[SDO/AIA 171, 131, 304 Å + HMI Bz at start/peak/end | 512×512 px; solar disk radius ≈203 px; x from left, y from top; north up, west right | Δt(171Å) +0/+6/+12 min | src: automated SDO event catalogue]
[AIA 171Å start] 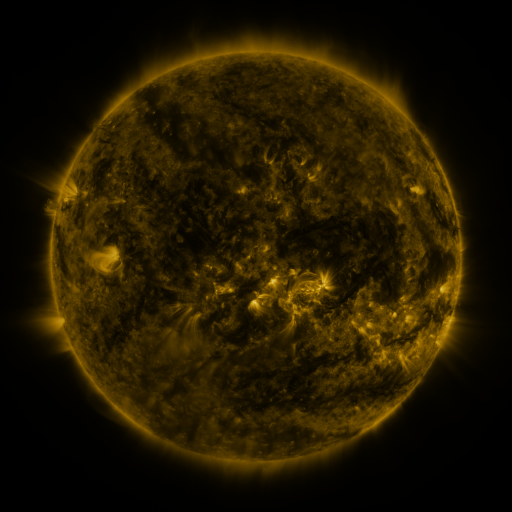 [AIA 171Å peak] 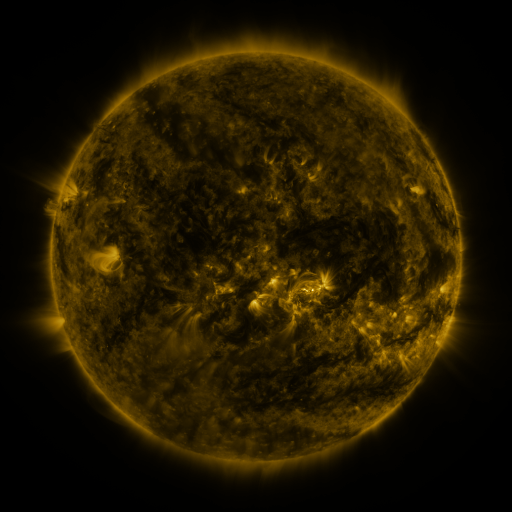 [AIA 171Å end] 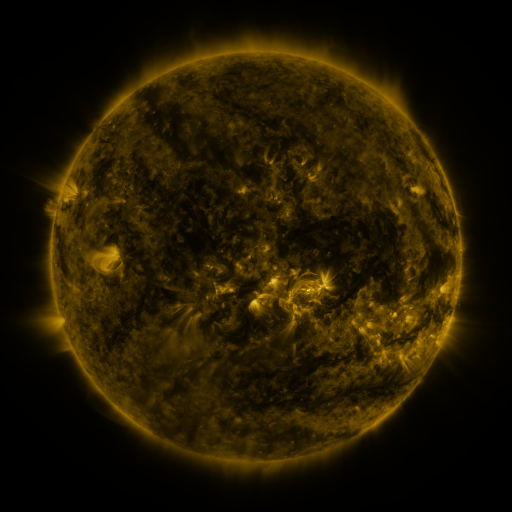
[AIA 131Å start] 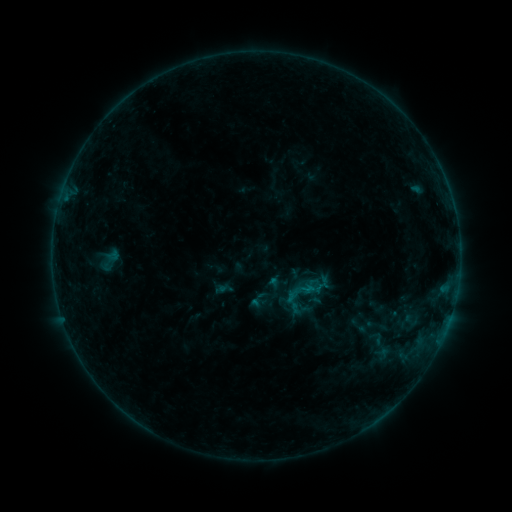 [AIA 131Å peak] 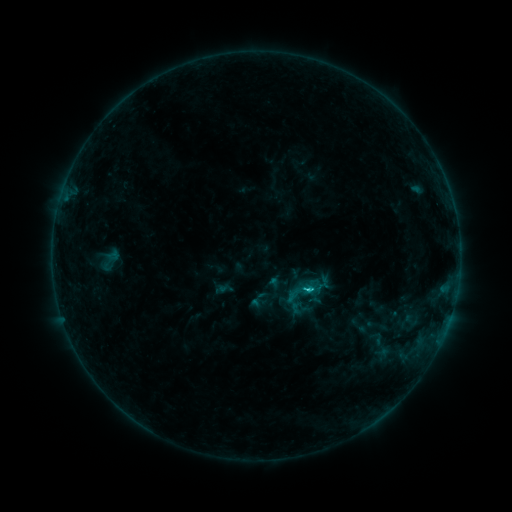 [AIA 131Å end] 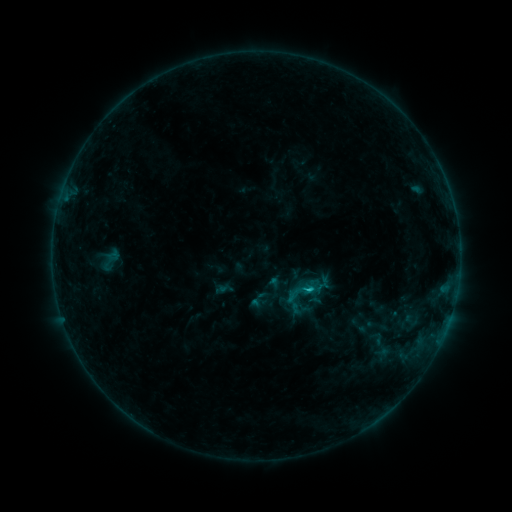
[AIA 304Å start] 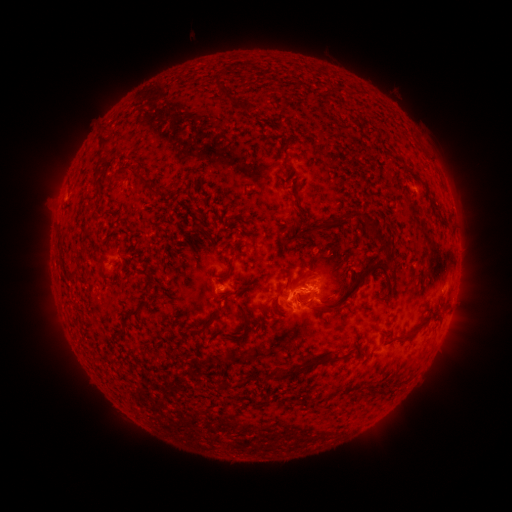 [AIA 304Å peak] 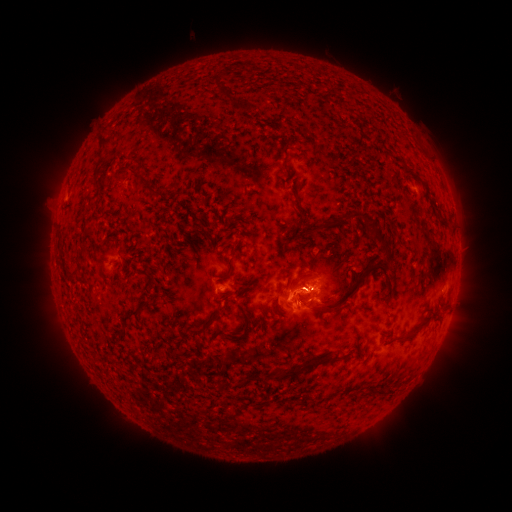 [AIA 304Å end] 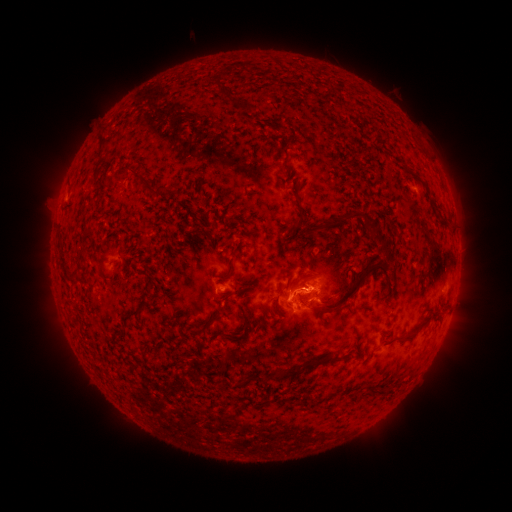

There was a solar flare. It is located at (306, 288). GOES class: C1.3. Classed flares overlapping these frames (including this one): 1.